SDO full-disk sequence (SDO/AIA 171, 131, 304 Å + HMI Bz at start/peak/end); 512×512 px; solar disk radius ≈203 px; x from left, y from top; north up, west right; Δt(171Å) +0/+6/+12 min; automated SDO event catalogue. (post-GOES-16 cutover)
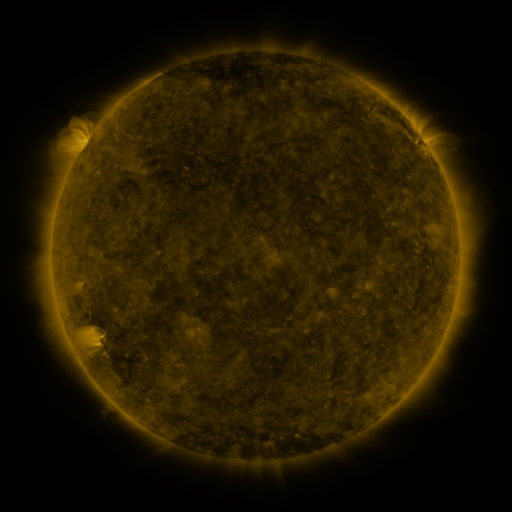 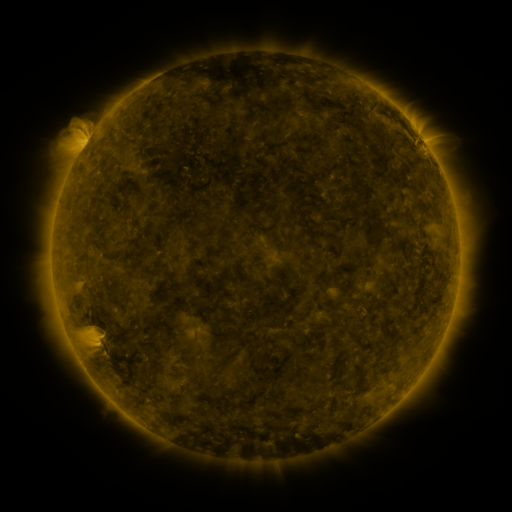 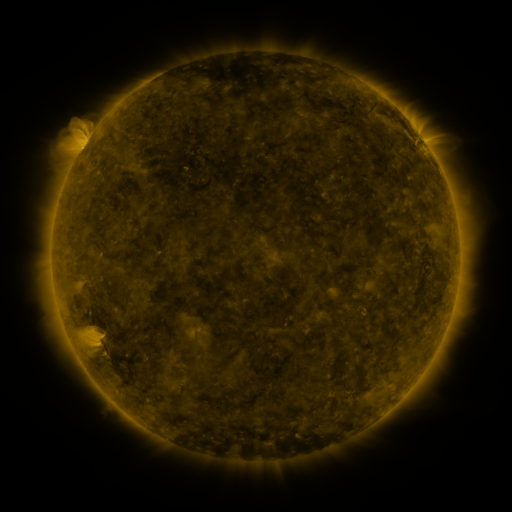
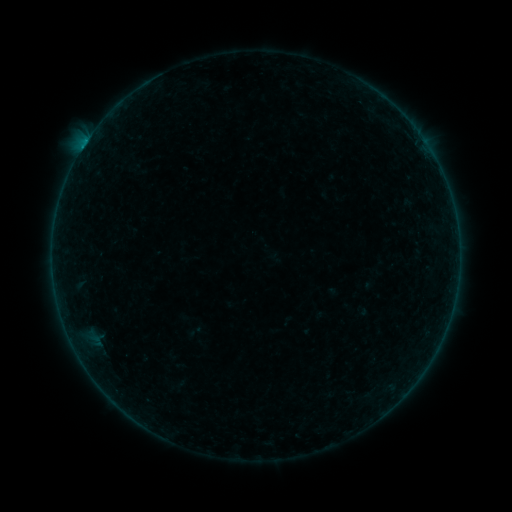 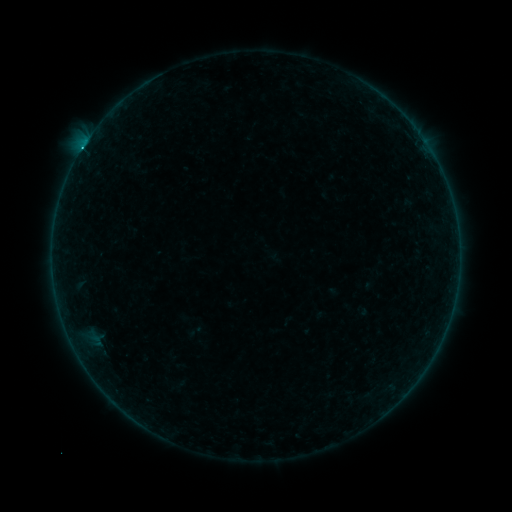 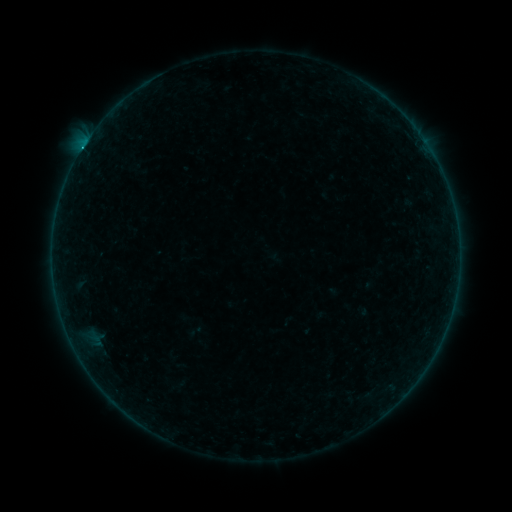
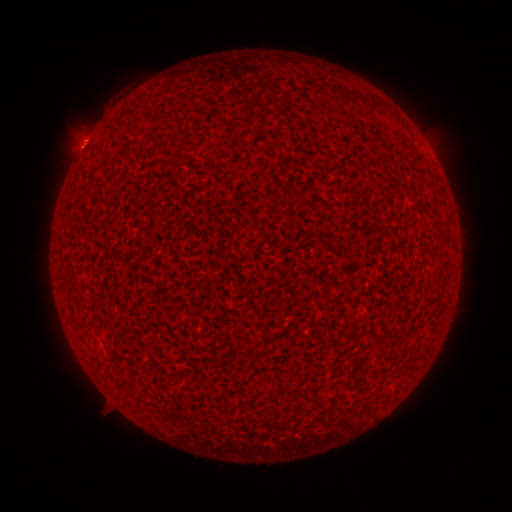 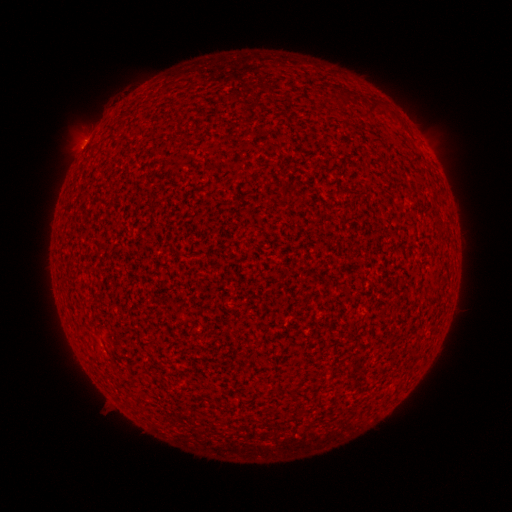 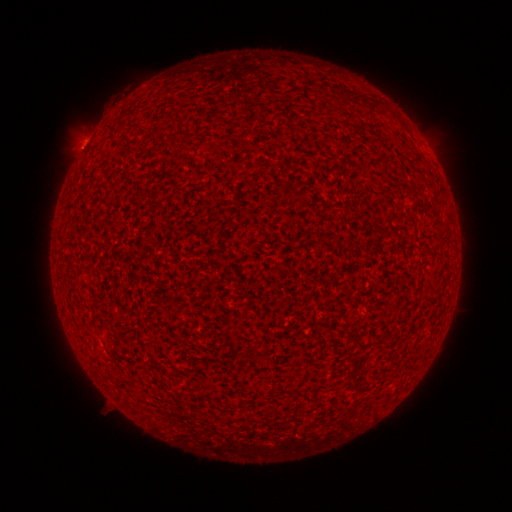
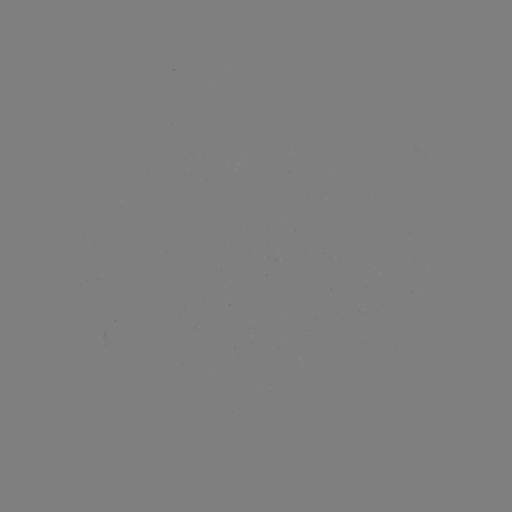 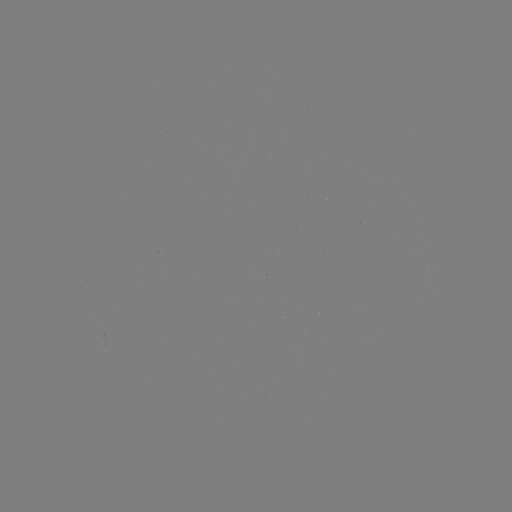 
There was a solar flare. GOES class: C1.0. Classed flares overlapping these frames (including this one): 2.